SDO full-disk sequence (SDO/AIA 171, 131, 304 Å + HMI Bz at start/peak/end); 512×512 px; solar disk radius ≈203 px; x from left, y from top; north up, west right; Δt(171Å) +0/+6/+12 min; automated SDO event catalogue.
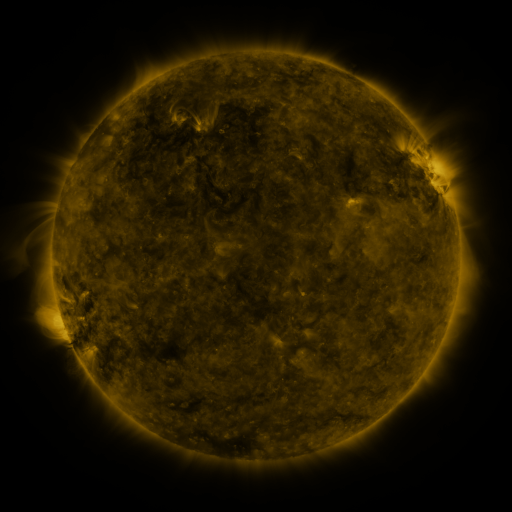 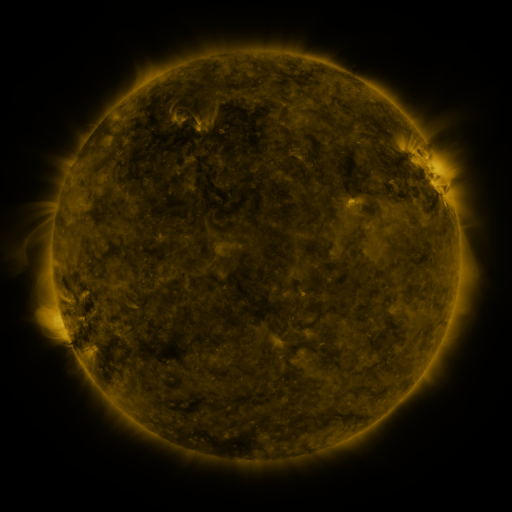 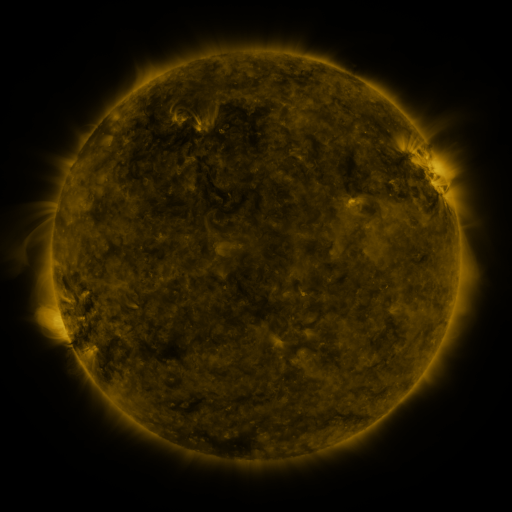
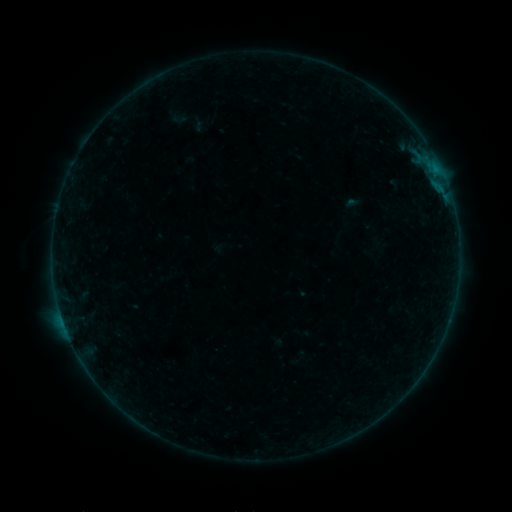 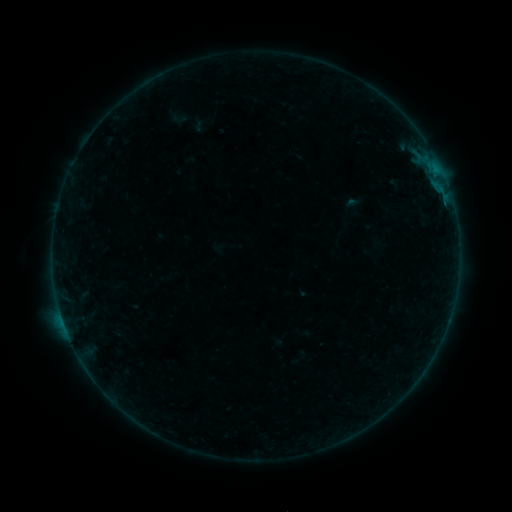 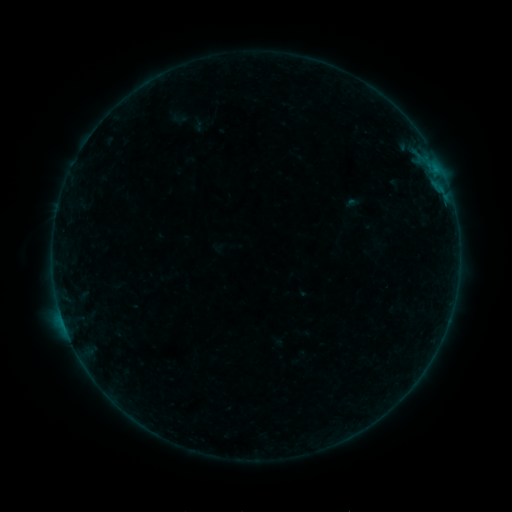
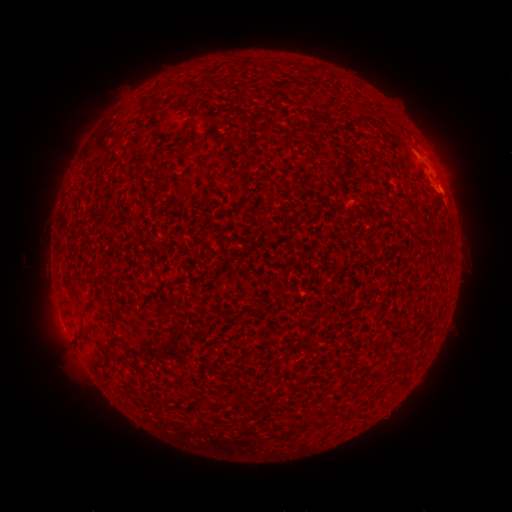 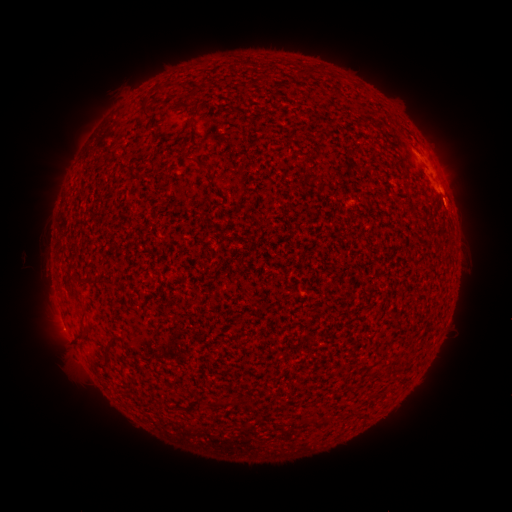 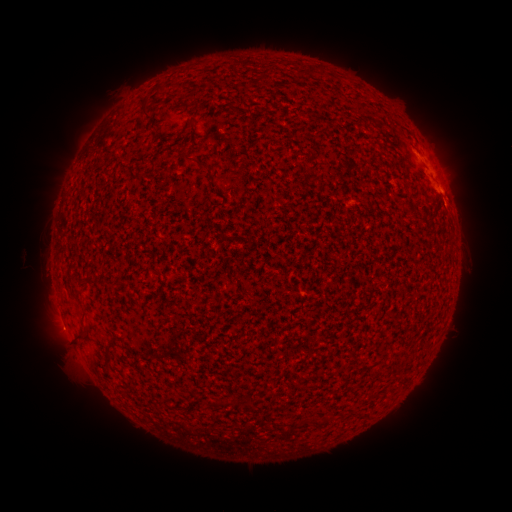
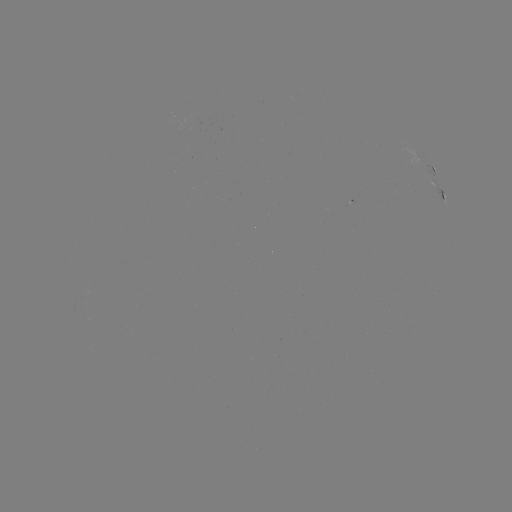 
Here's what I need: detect B1.0 flare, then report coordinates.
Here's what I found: B1.0 flare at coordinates (63, 321).